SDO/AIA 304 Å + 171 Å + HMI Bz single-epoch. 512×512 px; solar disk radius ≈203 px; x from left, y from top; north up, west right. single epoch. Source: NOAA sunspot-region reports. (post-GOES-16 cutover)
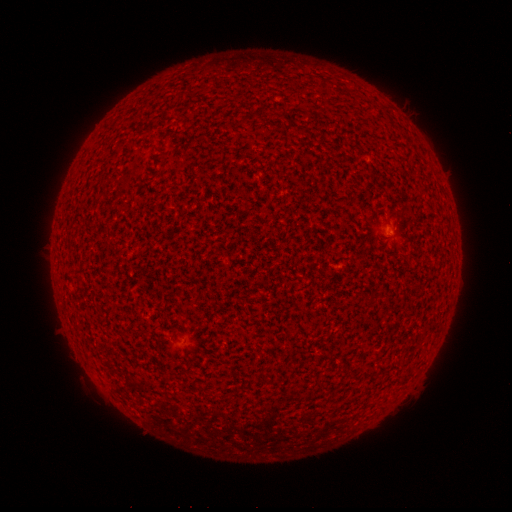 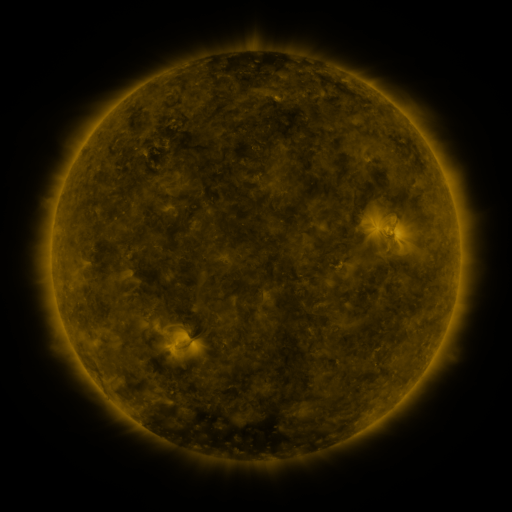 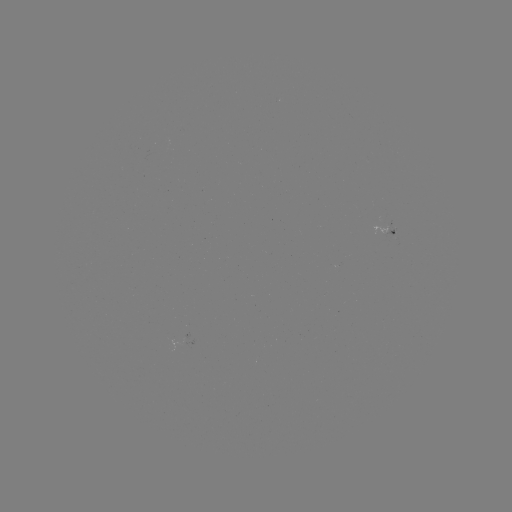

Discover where spotted active region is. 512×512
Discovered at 392,226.